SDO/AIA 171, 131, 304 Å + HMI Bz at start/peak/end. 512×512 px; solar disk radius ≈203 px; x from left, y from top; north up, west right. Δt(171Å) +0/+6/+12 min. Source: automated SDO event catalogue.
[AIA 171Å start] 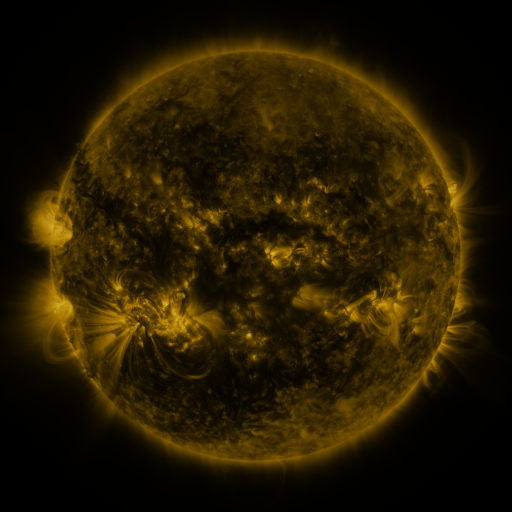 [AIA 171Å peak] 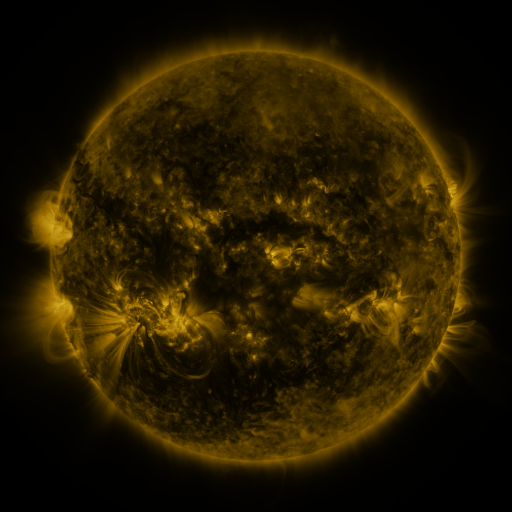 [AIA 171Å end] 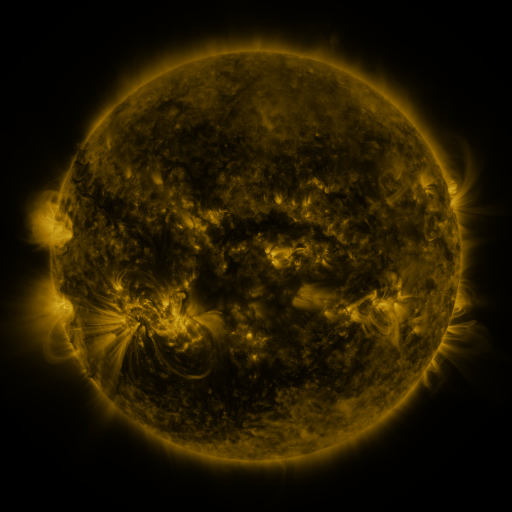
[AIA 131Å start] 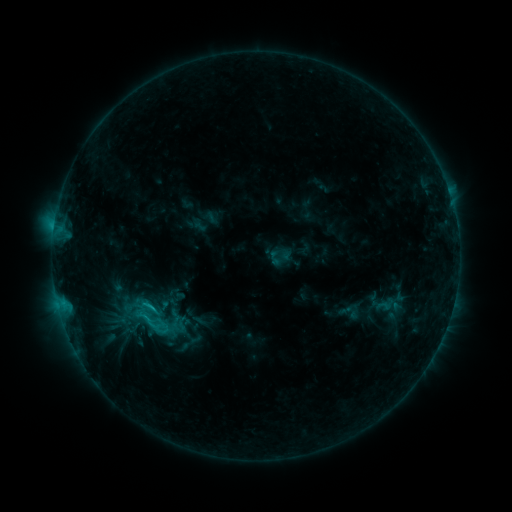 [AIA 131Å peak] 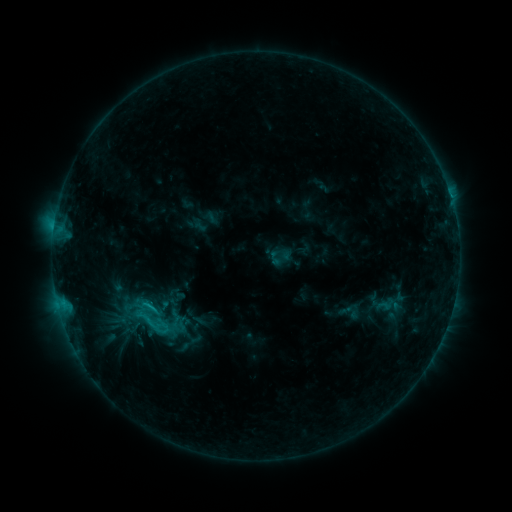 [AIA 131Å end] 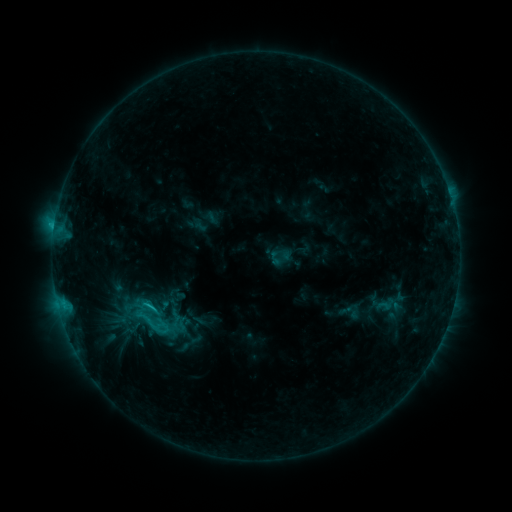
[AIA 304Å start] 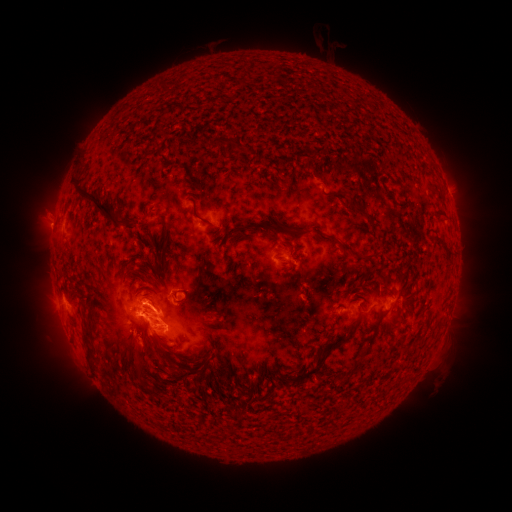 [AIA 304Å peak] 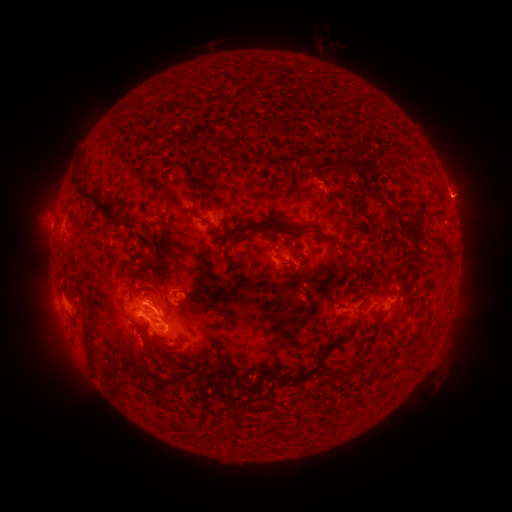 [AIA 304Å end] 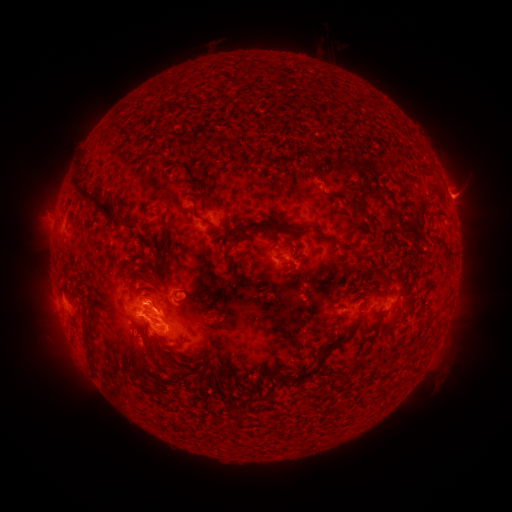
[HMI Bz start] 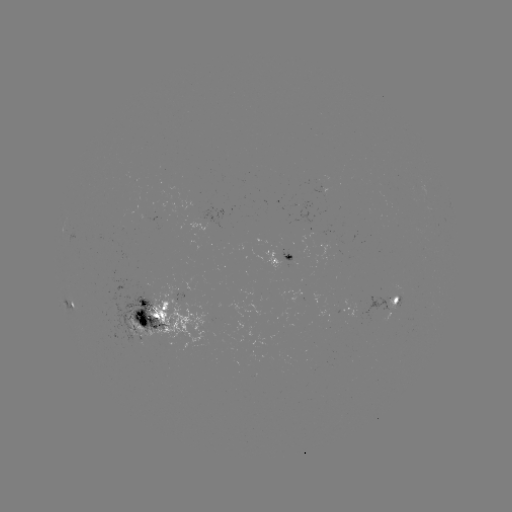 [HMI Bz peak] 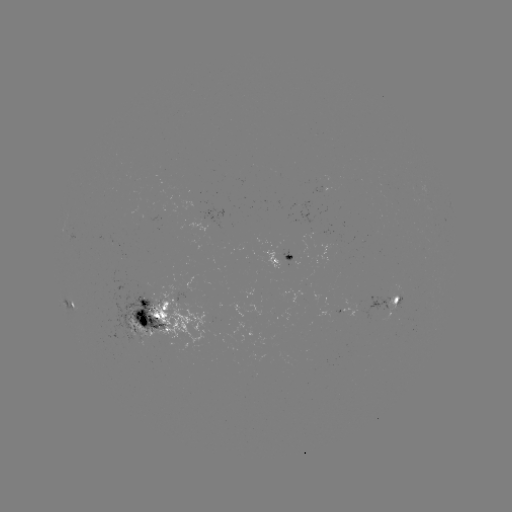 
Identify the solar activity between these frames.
eruption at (458, 198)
